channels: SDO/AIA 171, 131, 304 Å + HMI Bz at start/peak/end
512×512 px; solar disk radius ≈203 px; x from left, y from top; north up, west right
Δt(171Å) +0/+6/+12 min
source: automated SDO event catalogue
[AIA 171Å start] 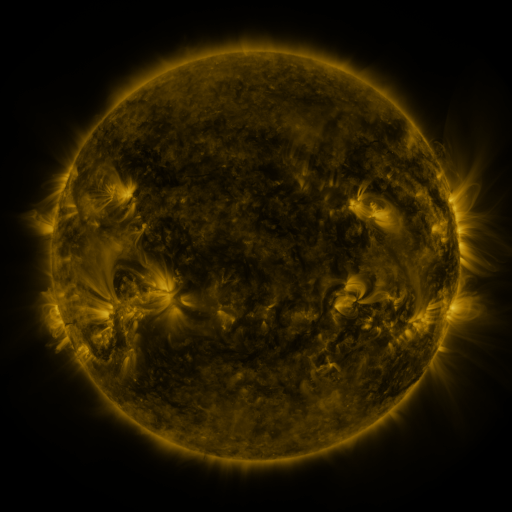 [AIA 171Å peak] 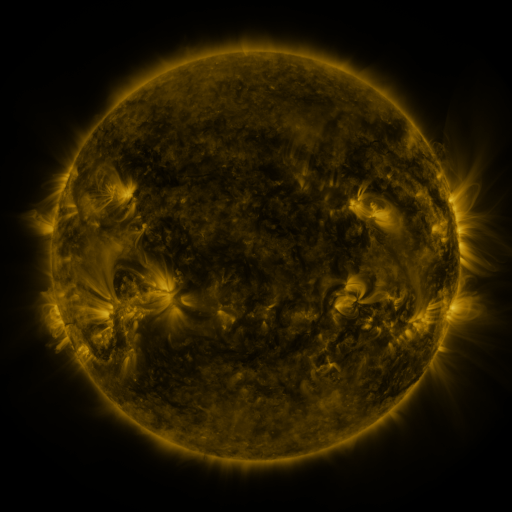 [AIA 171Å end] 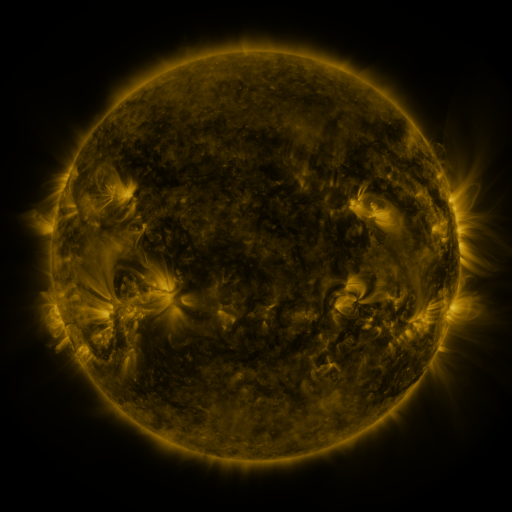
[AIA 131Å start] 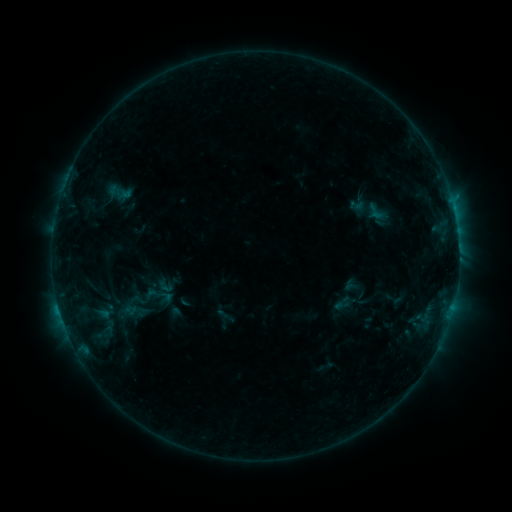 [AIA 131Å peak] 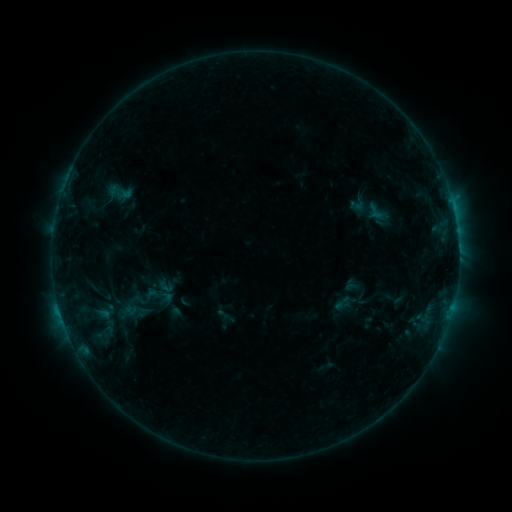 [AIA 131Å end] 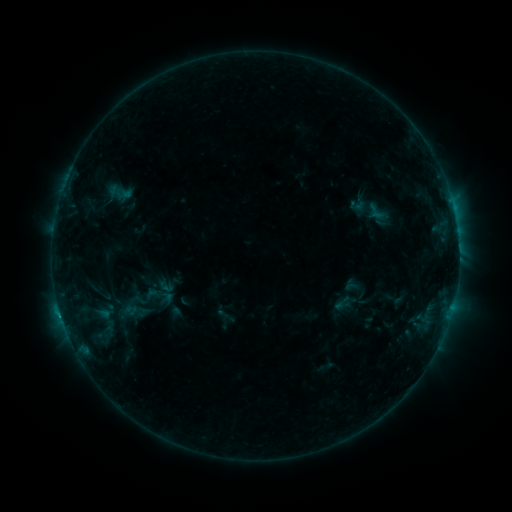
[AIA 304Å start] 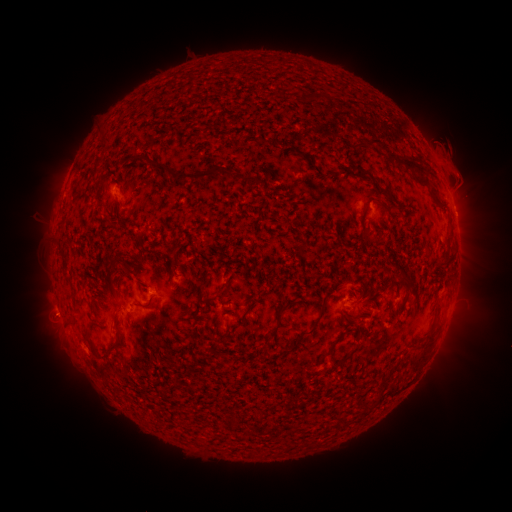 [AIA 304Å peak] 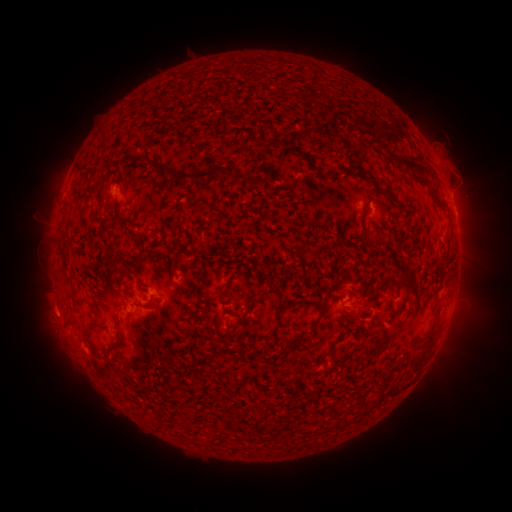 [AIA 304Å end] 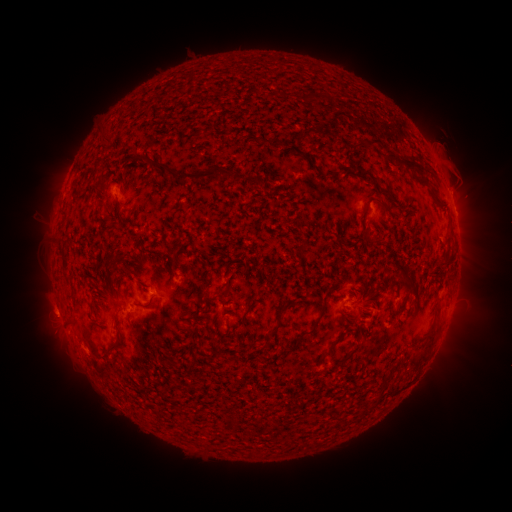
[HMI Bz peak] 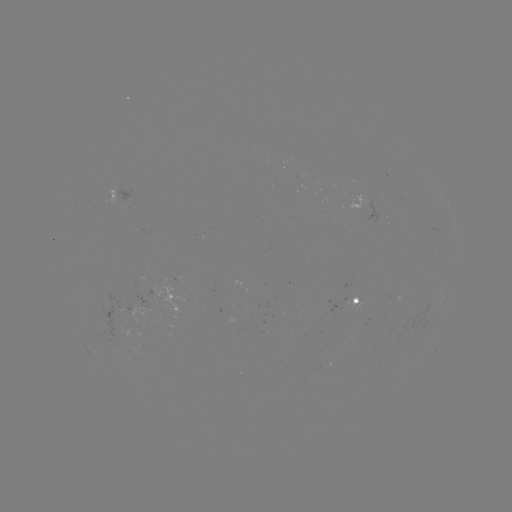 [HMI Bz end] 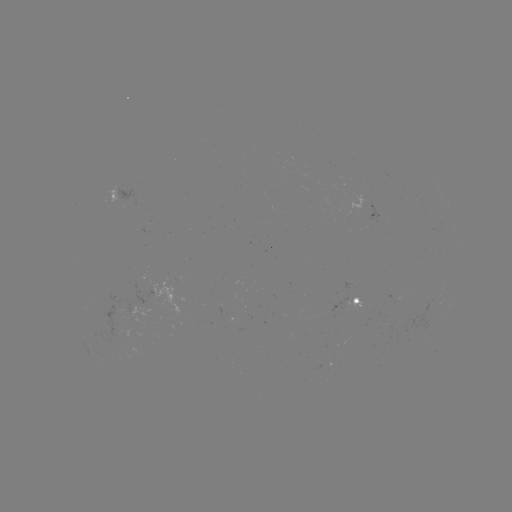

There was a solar eruption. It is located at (458, 180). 